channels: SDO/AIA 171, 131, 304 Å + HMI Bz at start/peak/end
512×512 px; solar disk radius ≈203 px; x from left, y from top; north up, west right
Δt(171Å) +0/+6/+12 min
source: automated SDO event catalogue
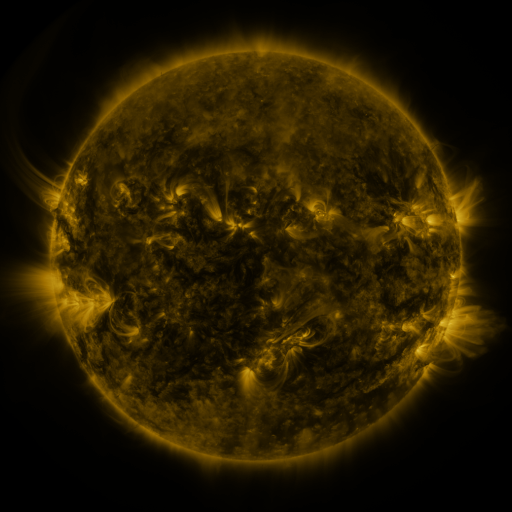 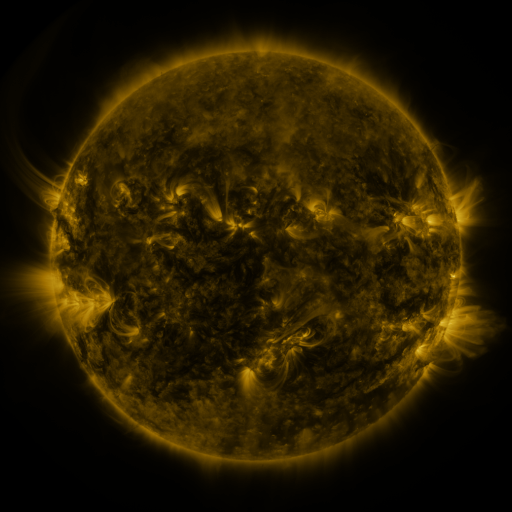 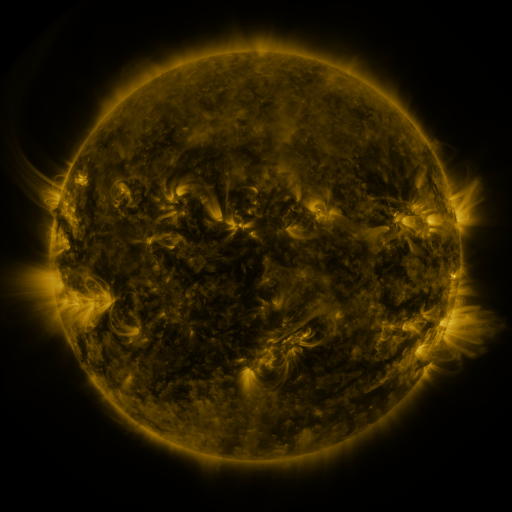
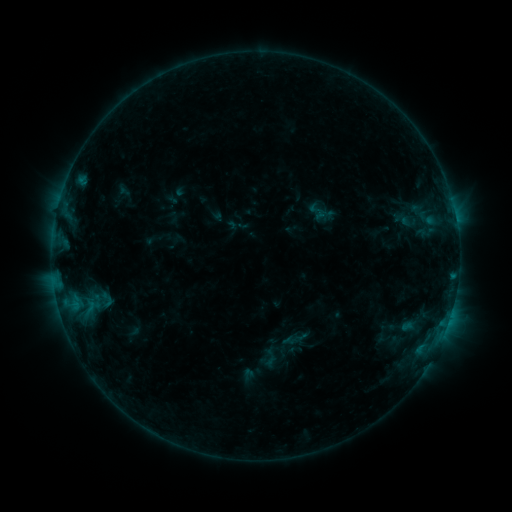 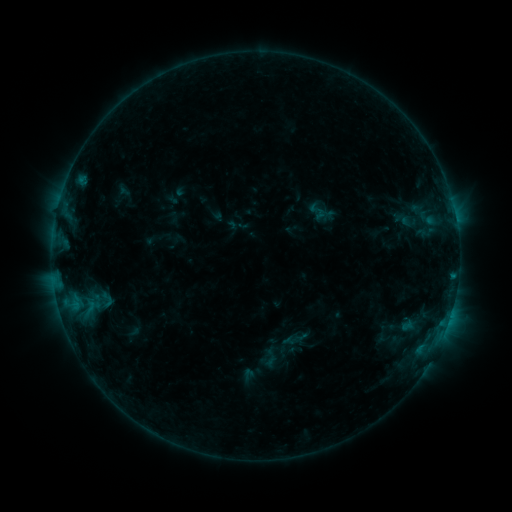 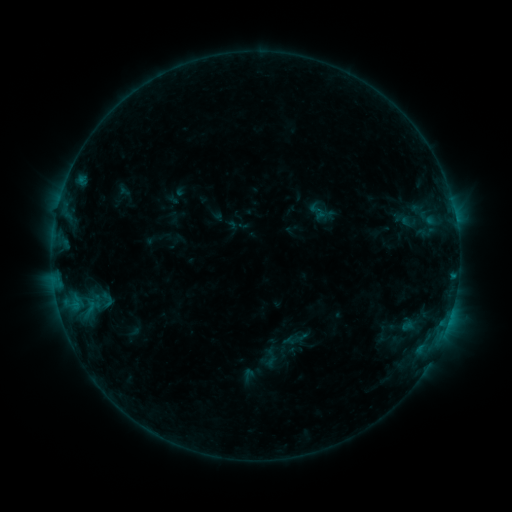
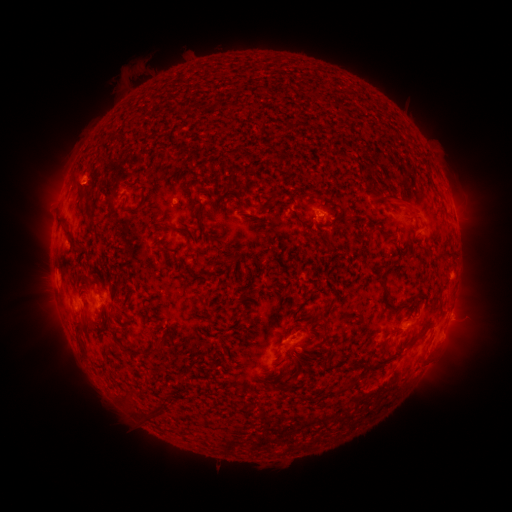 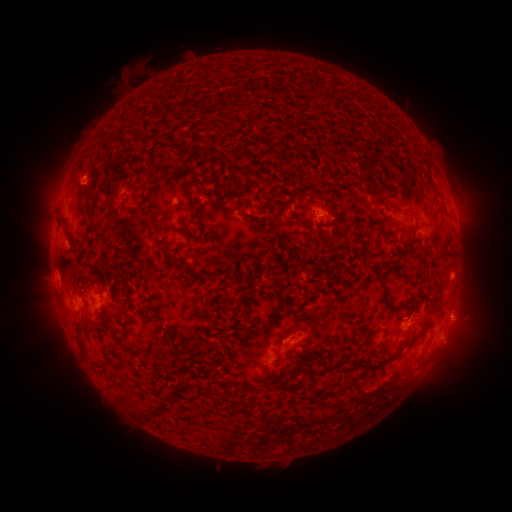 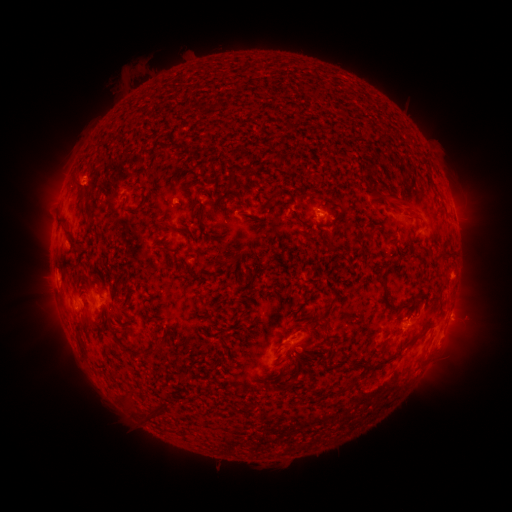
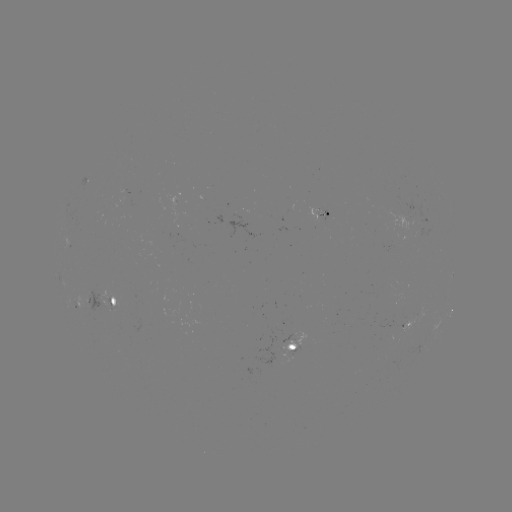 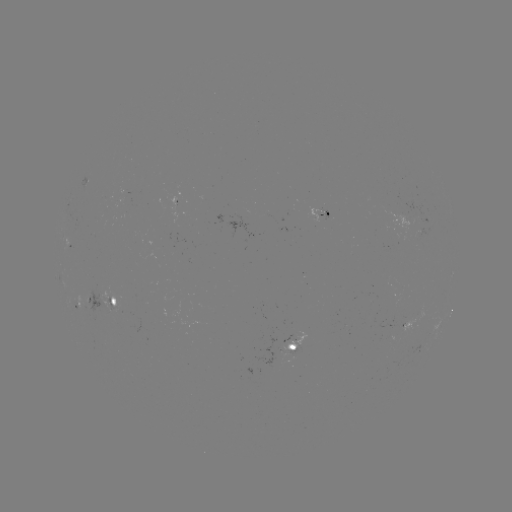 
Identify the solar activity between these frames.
eruption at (451, 343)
